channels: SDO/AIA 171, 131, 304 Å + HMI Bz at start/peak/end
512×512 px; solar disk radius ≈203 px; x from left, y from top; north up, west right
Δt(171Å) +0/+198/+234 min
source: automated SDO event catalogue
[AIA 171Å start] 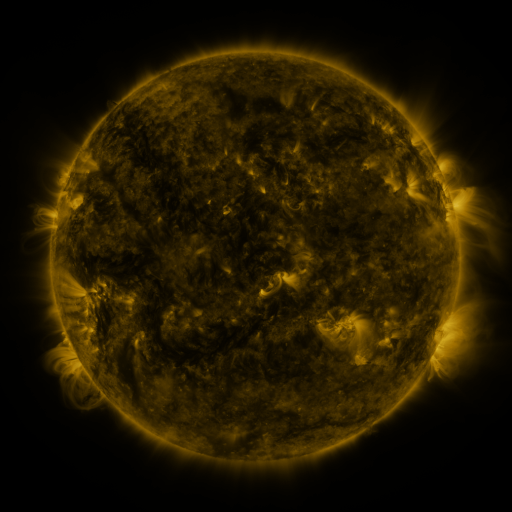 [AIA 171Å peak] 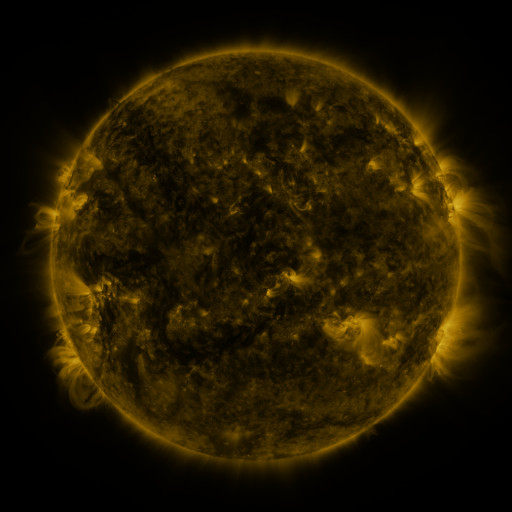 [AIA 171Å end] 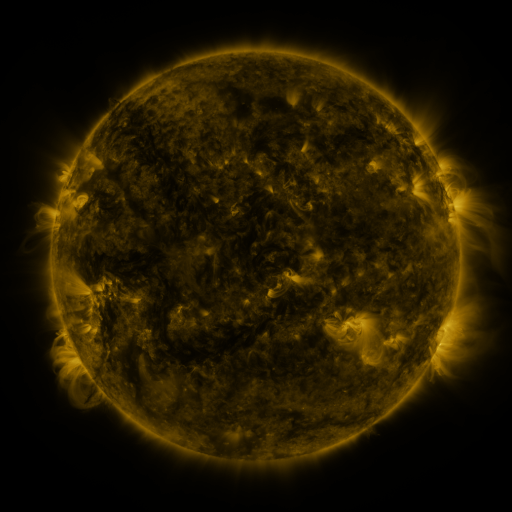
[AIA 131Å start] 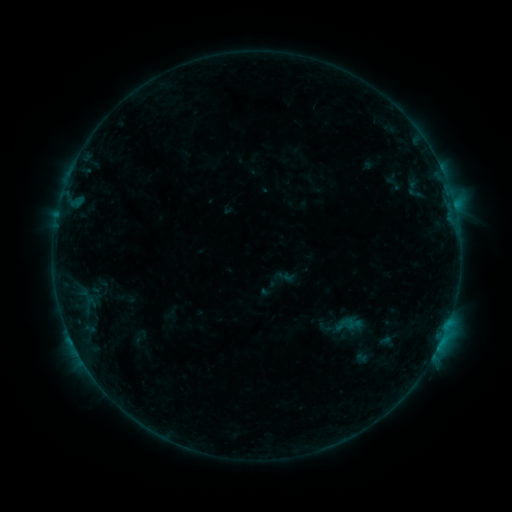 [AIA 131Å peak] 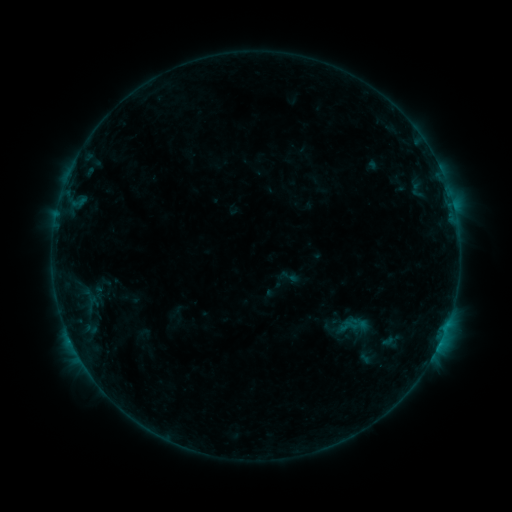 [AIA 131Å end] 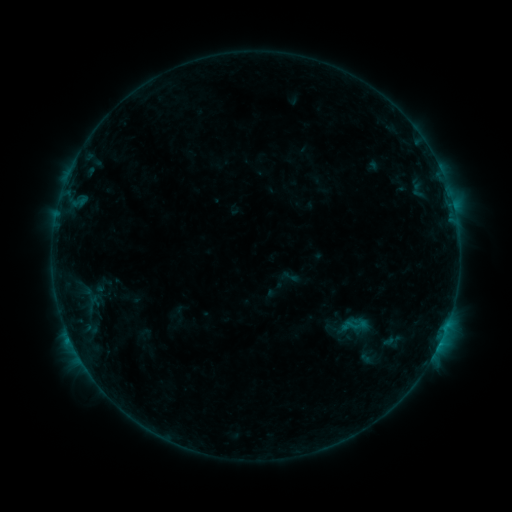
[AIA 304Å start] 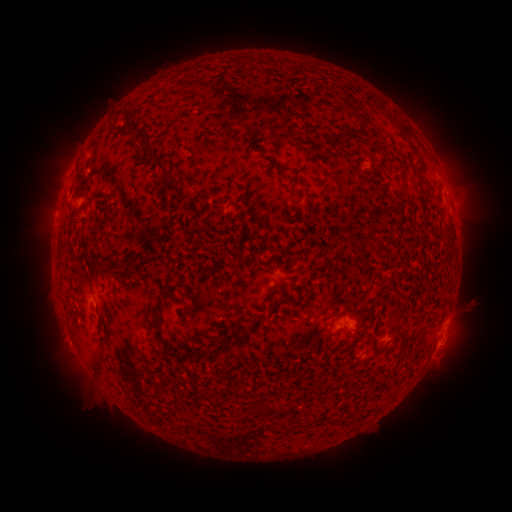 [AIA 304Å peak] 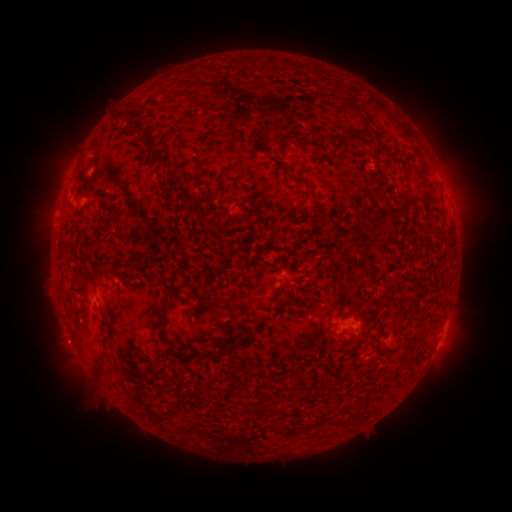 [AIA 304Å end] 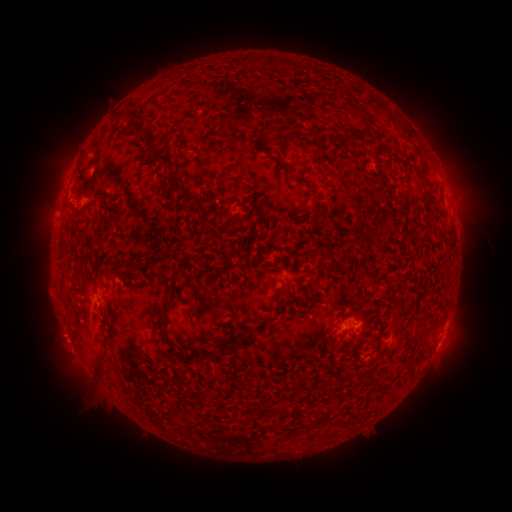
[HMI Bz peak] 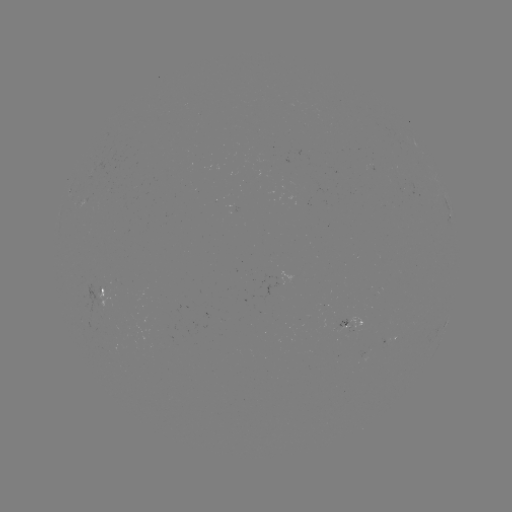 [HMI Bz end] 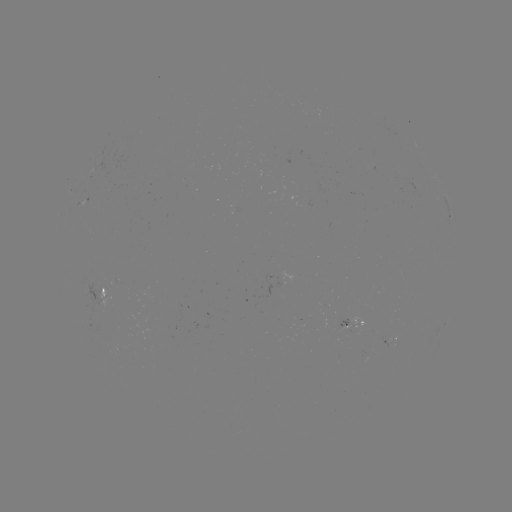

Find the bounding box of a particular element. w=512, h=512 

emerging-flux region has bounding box [298, 315, 310, 320].